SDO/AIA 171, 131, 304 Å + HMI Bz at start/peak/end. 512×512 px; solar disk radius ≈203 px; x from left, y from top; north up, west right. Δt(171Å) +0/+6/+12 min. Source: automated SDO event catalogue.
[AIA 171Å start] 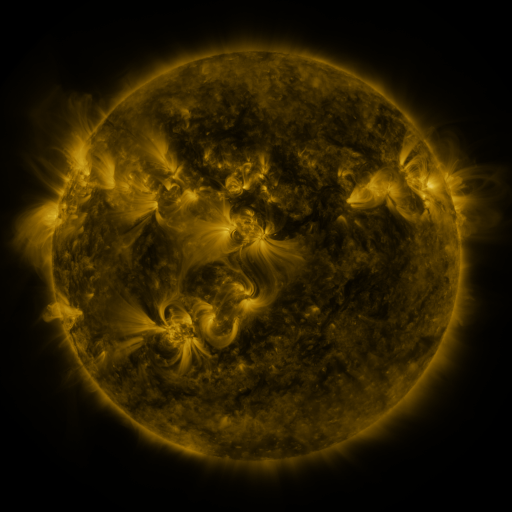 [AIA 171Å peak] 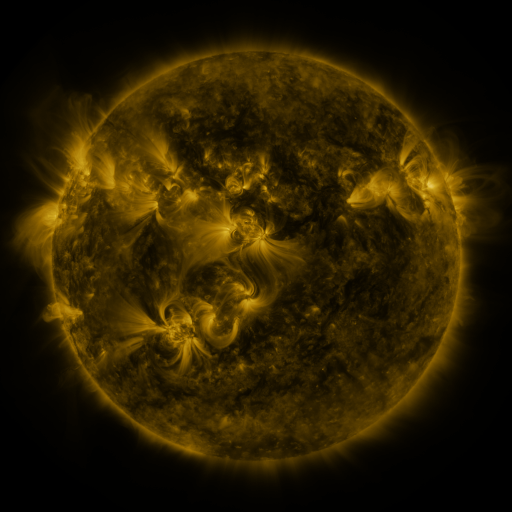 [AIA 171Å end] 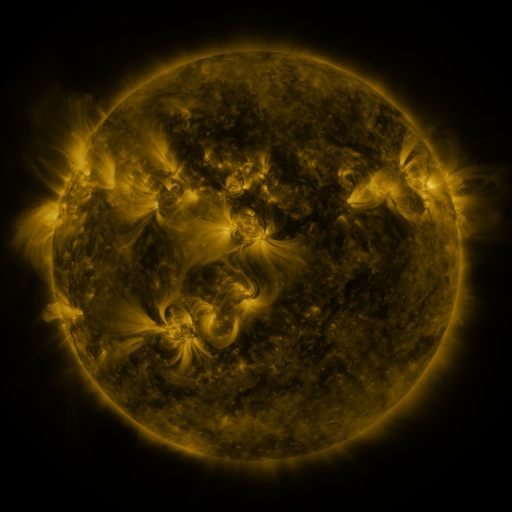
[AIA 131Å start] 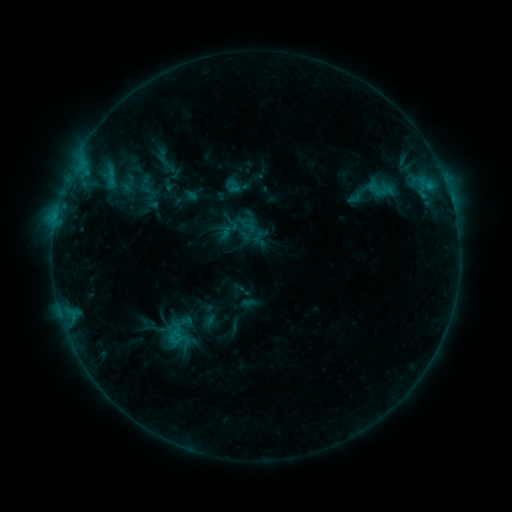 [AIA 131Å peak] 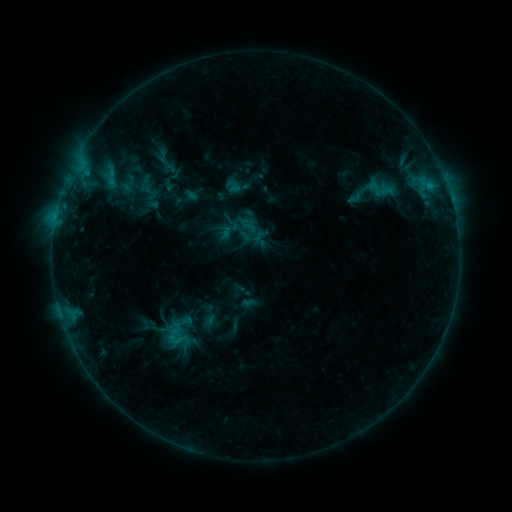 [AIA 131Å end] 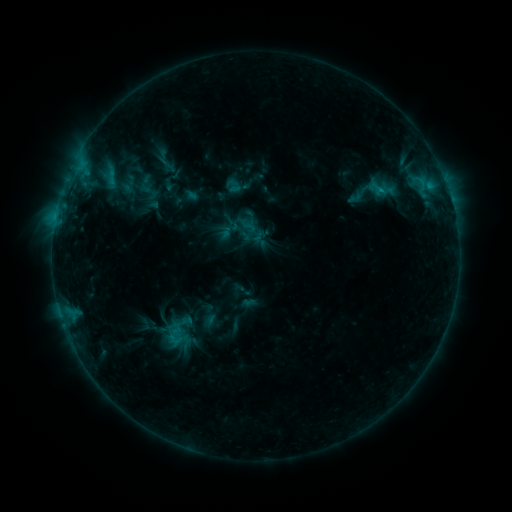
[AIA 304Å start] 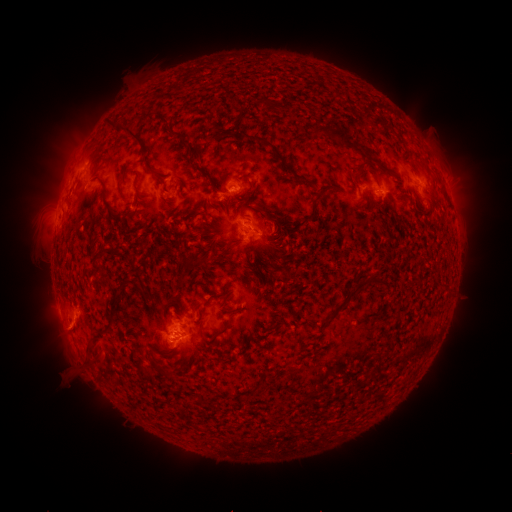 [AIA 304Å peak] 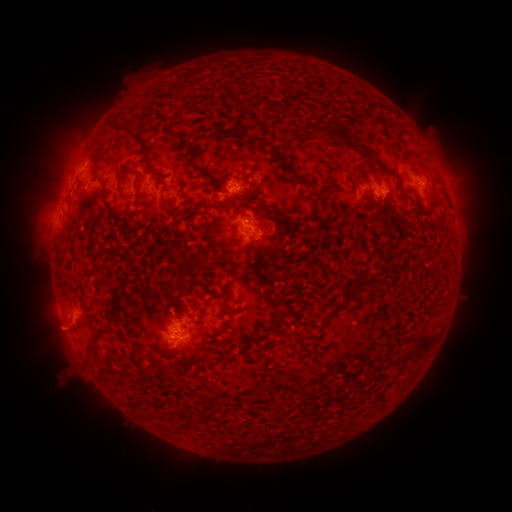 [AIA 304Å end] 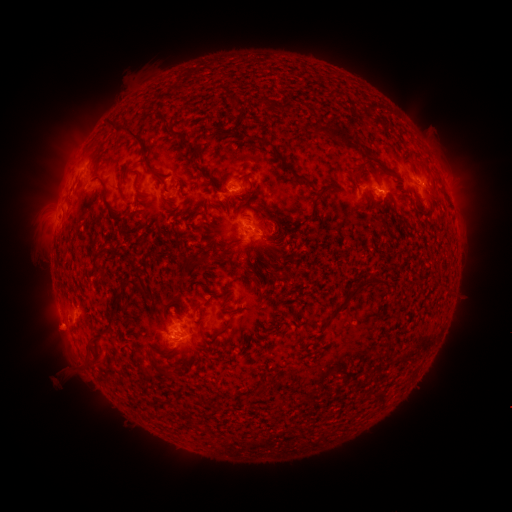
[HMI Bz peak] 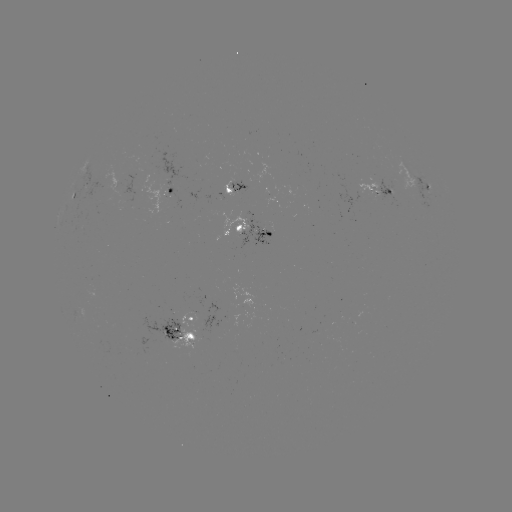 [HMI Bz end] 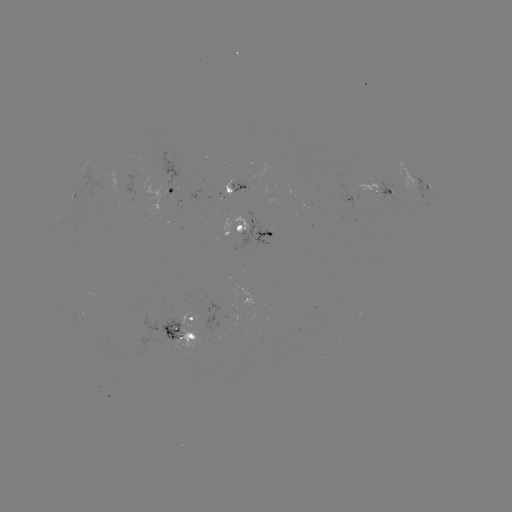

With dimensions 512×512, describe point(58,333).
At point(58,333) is eruption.